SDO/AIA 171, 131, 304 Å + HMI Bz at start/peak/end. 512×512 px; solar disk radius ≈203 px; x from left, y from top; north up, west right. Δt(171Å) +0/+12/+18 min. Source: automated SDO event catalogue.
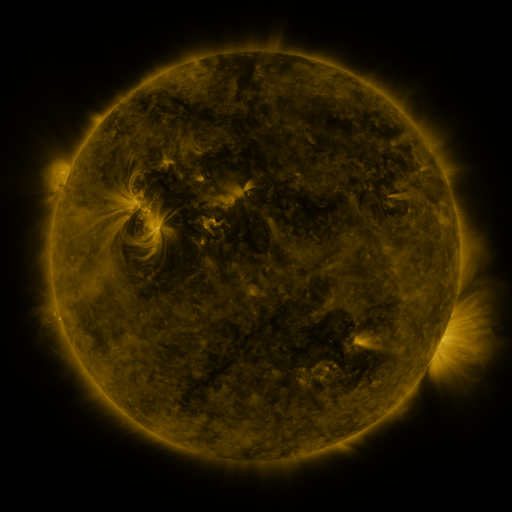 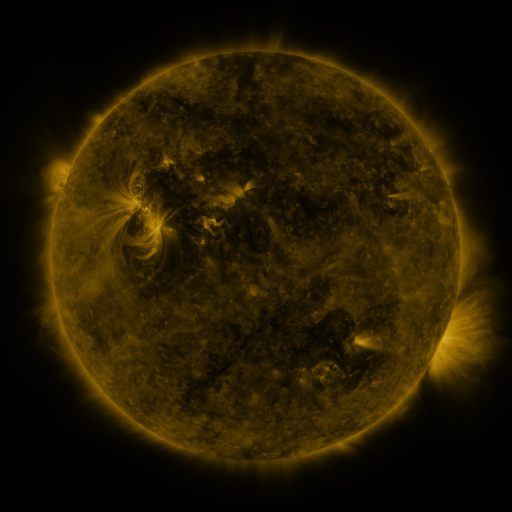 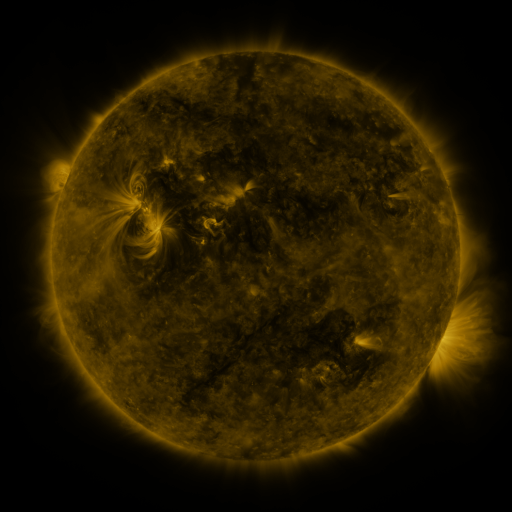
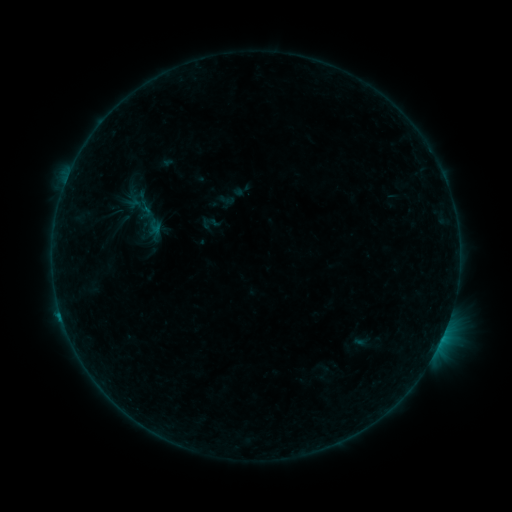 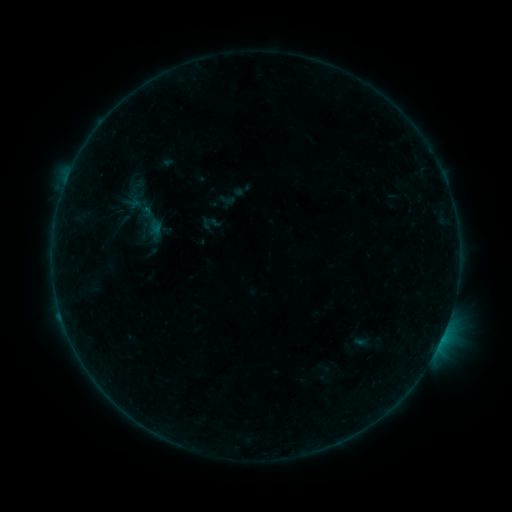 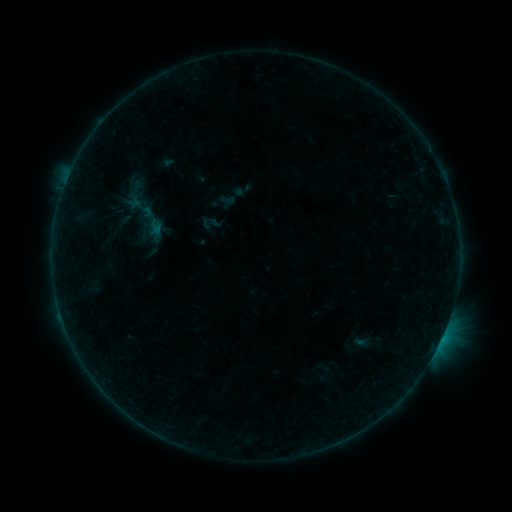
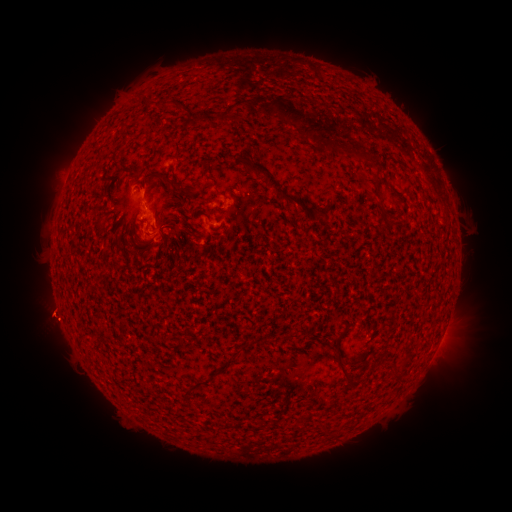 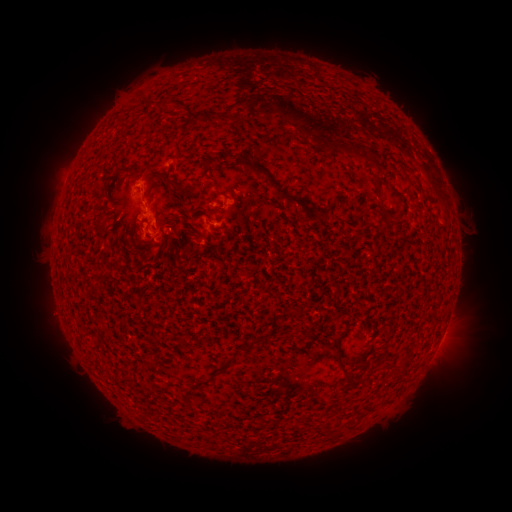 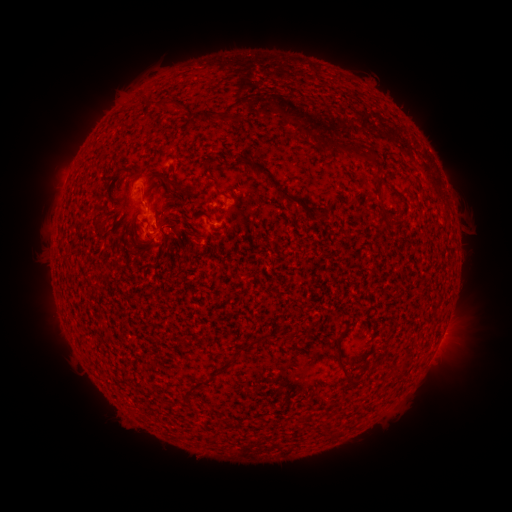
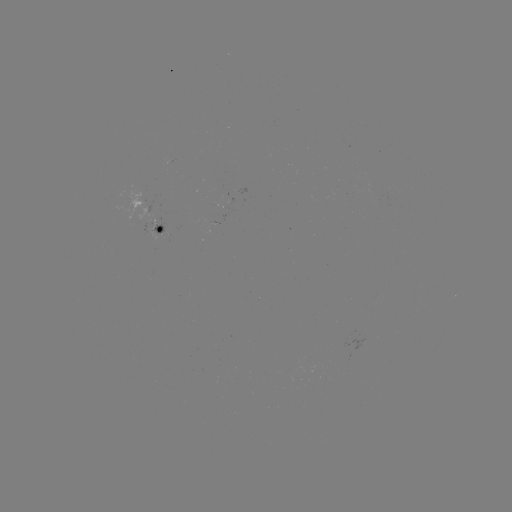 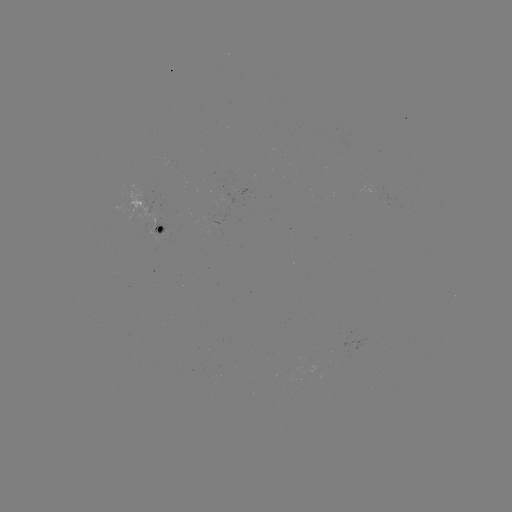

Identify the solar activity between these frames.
eruption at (143, 179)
